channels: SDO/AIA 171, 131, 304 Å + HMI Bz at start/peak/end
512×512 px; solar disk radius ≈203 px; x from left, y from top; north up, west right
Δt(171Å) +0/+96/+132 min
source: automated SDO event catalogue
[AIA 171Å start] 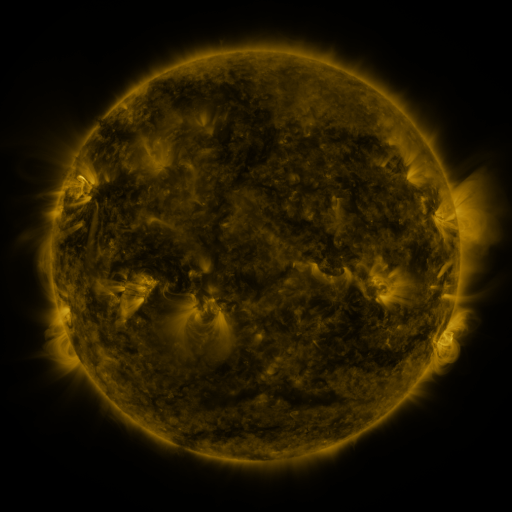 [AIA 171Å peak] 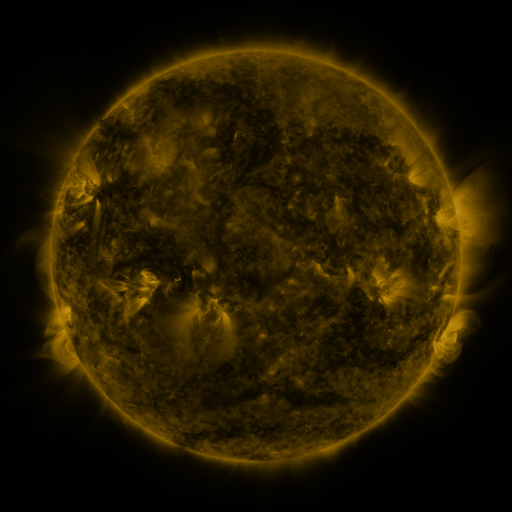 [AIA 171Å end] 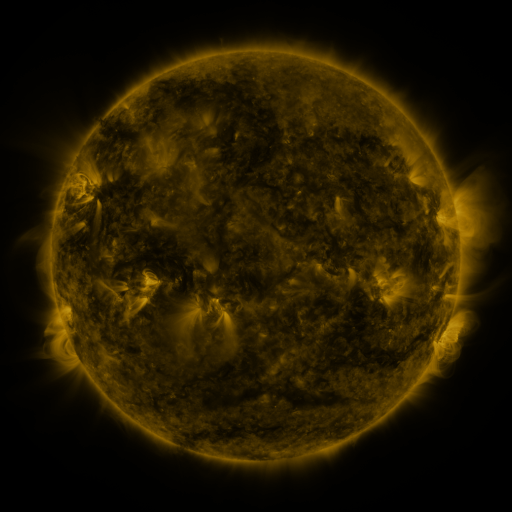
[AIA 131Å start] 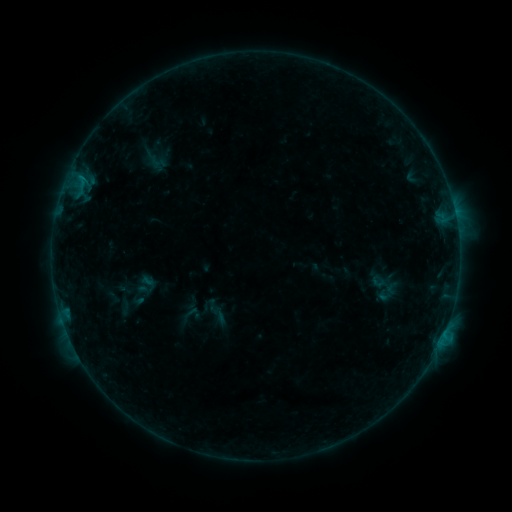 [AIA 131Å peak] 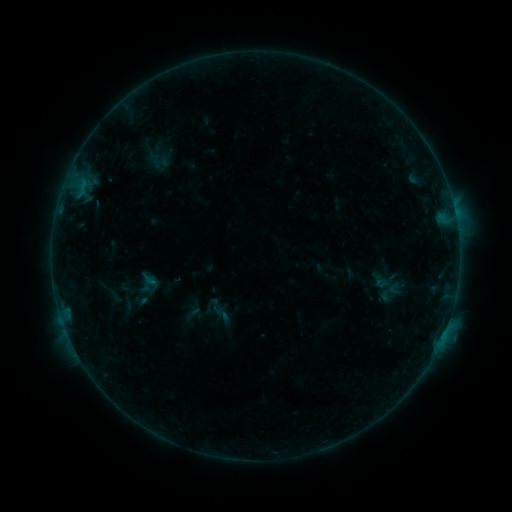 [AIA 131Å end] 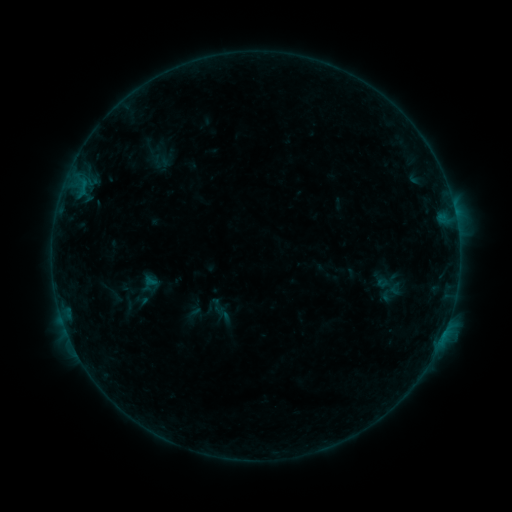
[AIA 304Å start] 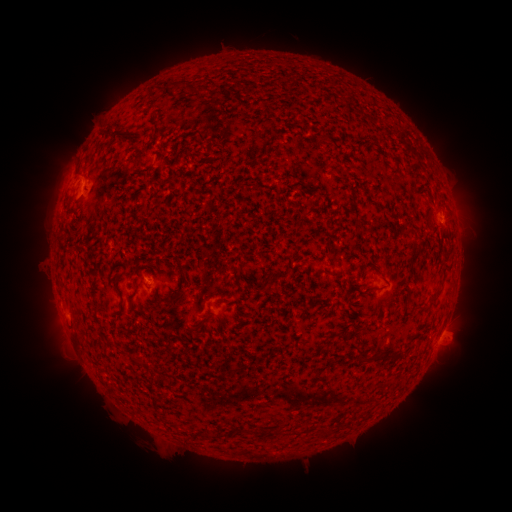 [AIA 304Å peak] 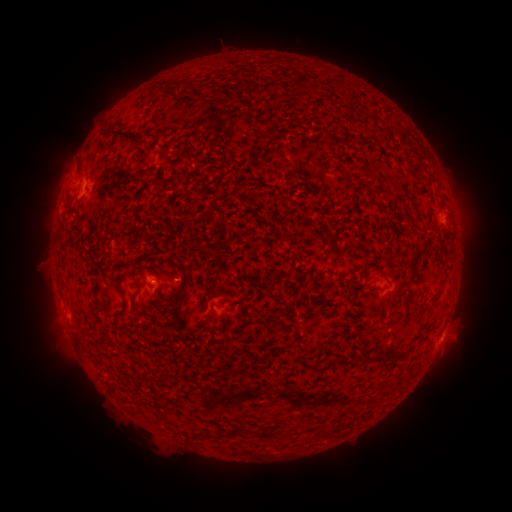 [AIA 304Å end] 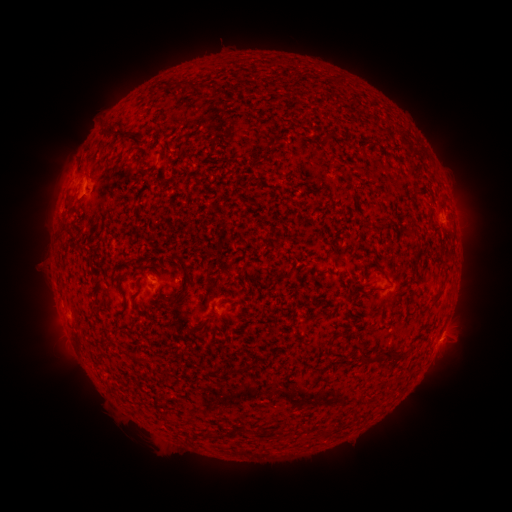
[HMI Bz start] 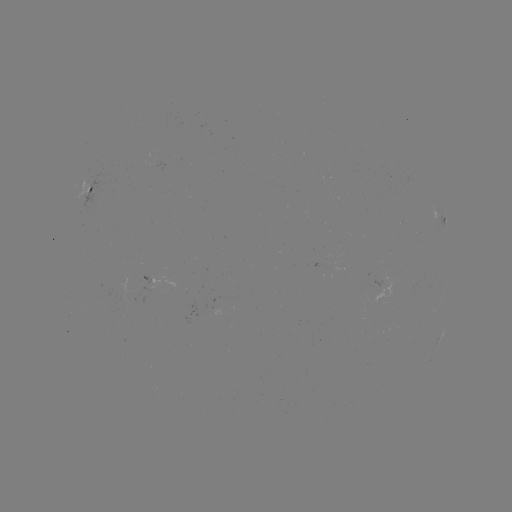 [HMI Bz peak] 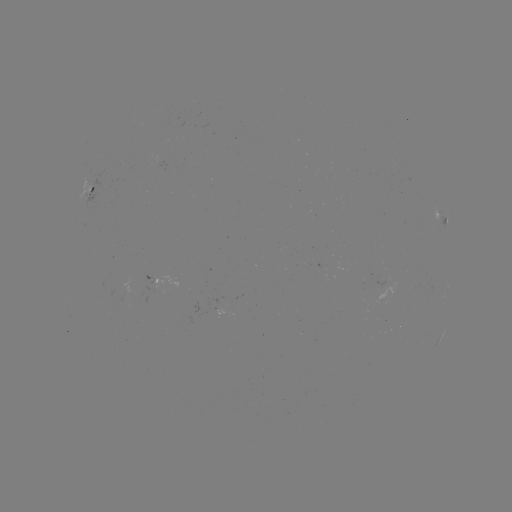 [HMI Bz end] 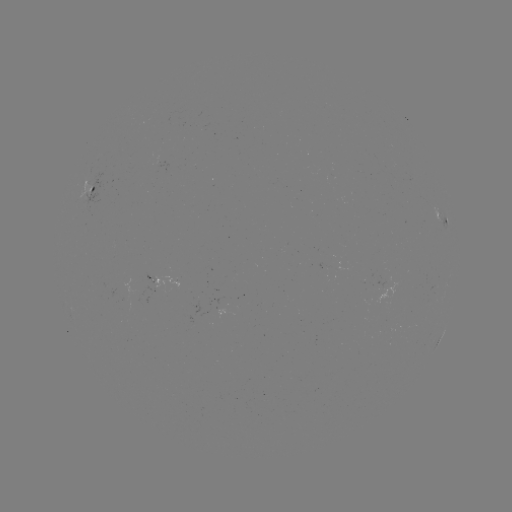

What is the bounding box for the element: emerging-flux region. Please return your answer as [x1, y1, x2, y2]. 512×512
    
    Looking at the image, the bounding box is [374, 274, 384, 290].